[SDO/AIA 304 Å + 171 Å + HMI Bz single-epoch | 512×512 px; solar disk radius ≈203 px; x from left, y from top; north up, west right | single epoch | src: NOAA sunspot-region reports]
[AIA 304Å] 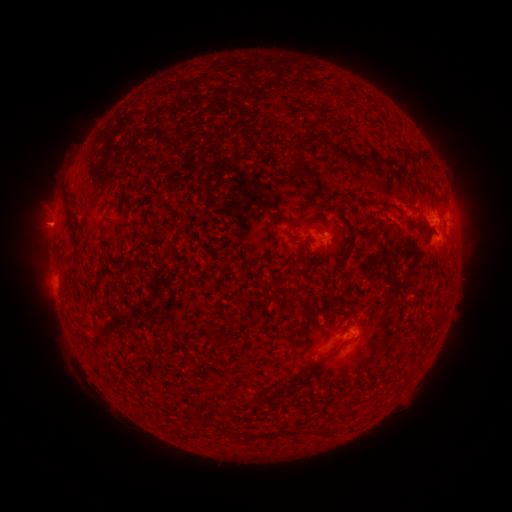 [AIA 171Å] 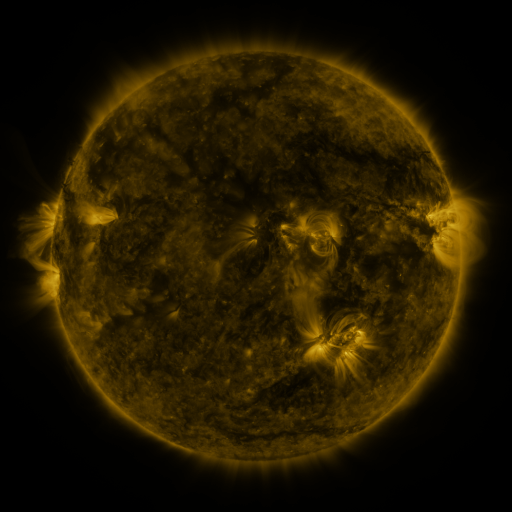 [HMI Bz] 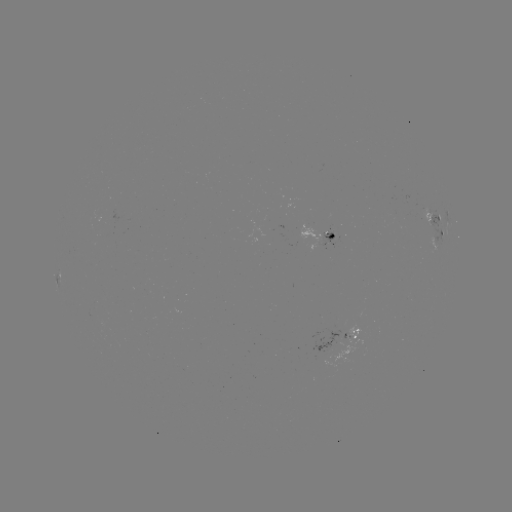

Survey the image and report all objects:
spotted active region: (437, 220)
spotted active region: (320, 237)
spotted active region: (441, 237)
spotted active region: (352, 339)
